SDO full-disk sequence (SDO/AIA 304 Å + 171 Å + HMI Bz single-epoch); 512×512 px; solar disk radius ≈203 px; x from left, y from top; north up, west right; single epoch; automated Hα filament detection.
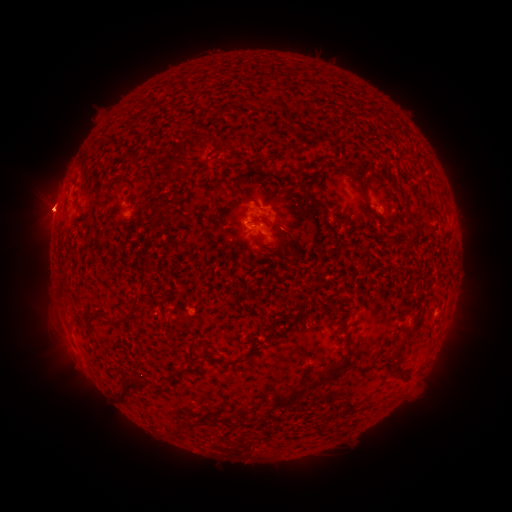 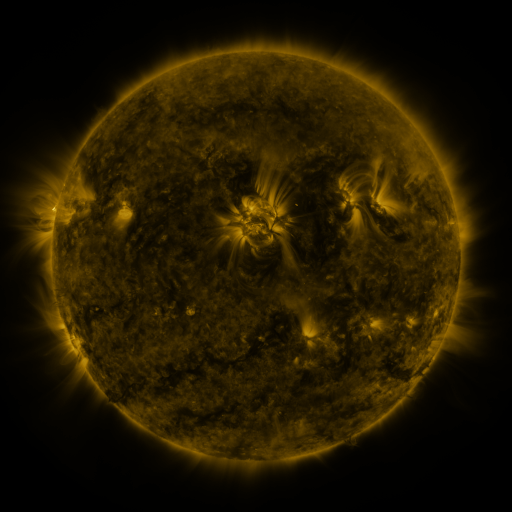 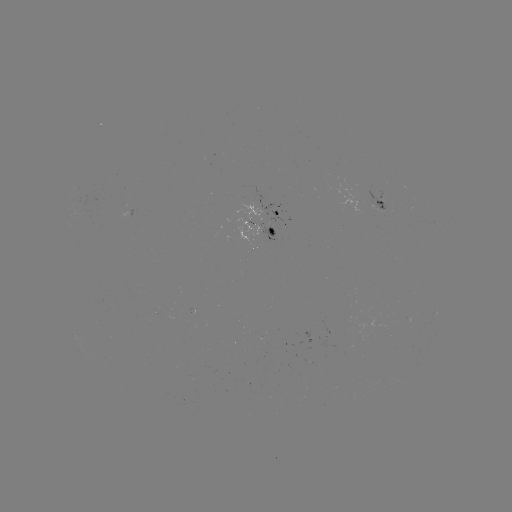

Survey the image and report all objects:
filament: (267, 102)
filament: (135, 119)
filament: (224, 143)
filament: (179, 149)
filament: (319, 164)
filament: (167, 170)
filament: (235, 182)
filament: (360, 187)
filament: (247, 199)
filament: (314, 199)
filament: (405, 201)
filament: (433, 208)
filament: (154, 210)
filament: (258, 239)
filament: (92, 319)
filament: (120, 323)
filament: (412, 331)
filament: (400, 346)
filament: (247, 358)
filament: (398, 366)
filament: (334, 371)
filament: (153, 383)
filament: (128, 388)
filament: (291, 398)
filament: (234, 416)
filament: (329, 417)
filament: (179, 431)
